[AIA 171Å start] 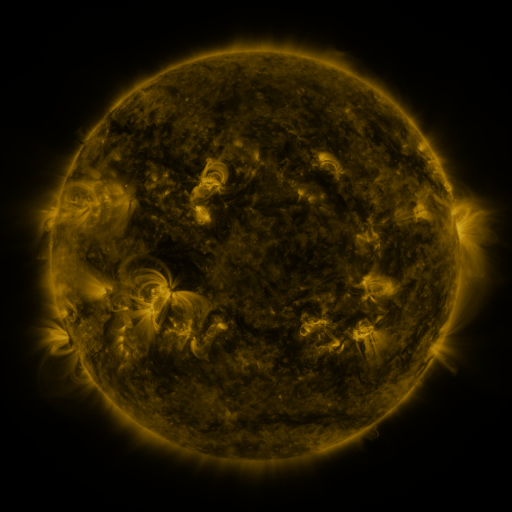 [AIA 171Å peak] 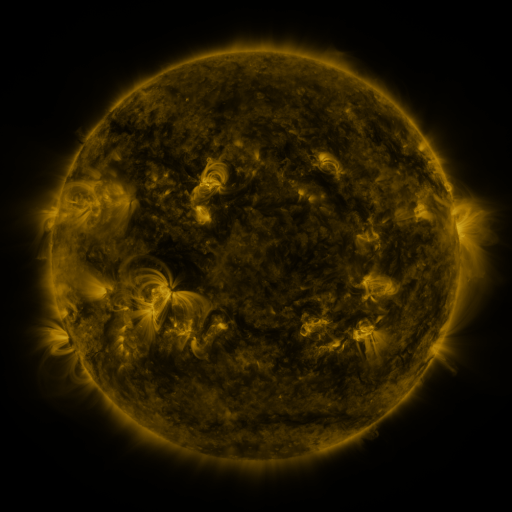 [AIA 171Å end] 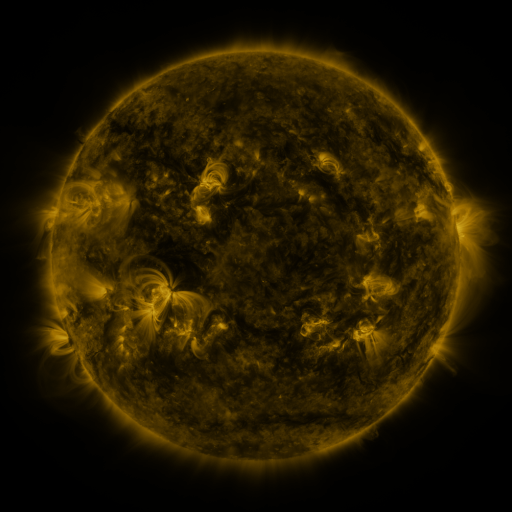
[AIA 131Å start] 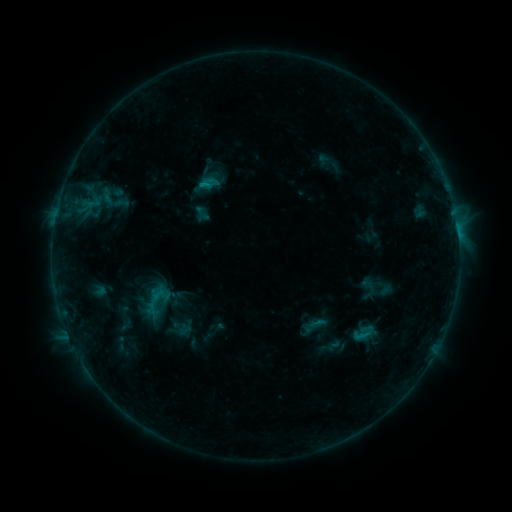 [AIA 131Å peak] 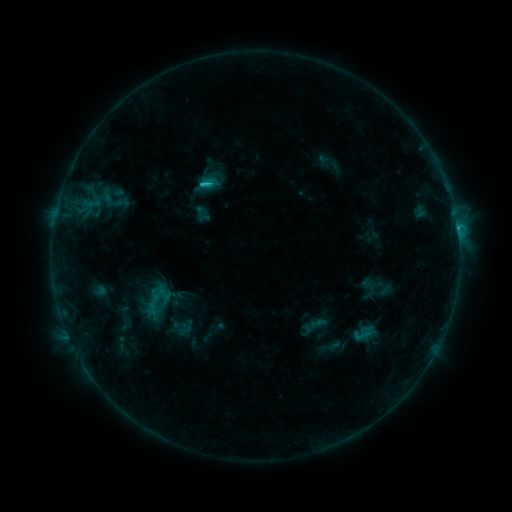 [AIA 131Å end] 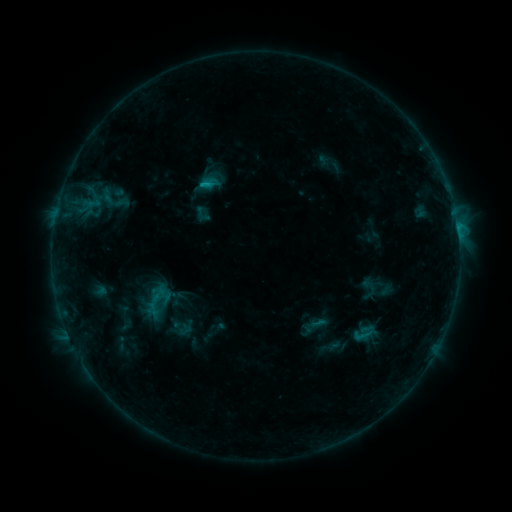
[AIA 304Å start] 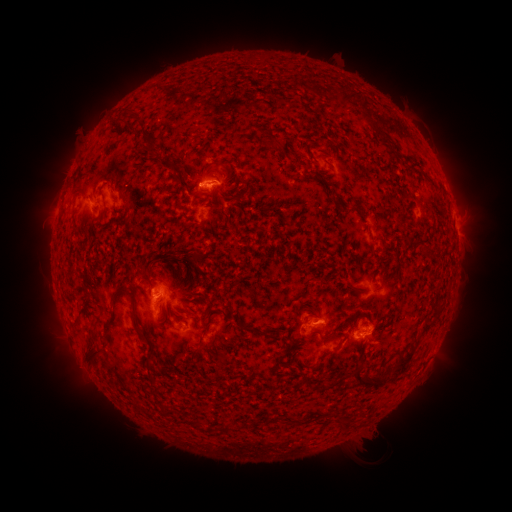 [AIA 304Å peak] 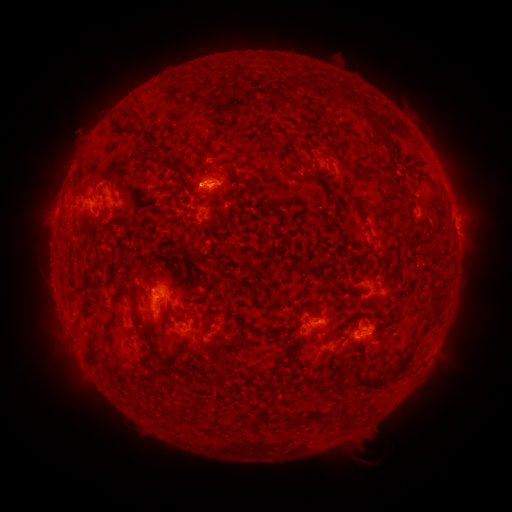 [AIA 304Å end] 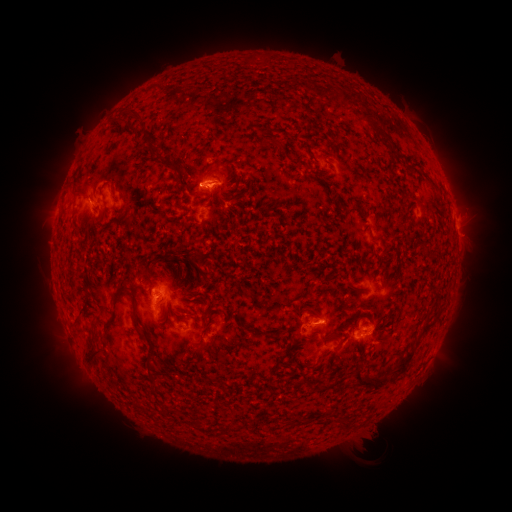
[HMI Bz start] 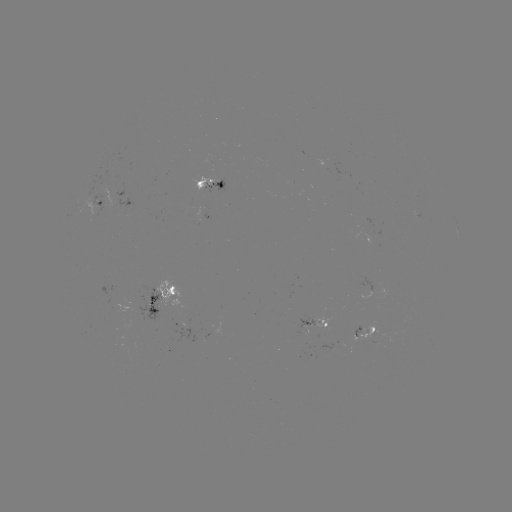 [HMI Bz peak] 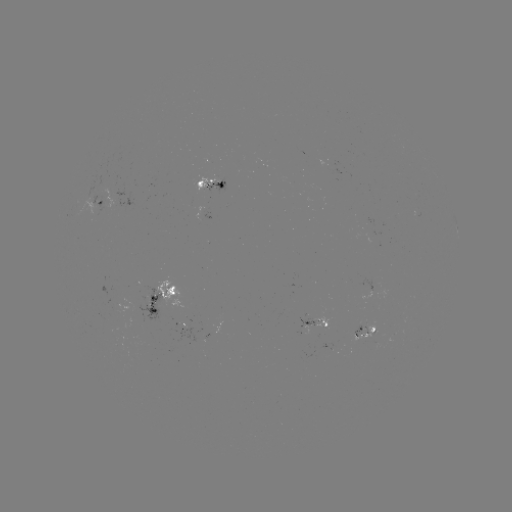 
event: flare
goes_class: C1.4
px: (205, 185)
